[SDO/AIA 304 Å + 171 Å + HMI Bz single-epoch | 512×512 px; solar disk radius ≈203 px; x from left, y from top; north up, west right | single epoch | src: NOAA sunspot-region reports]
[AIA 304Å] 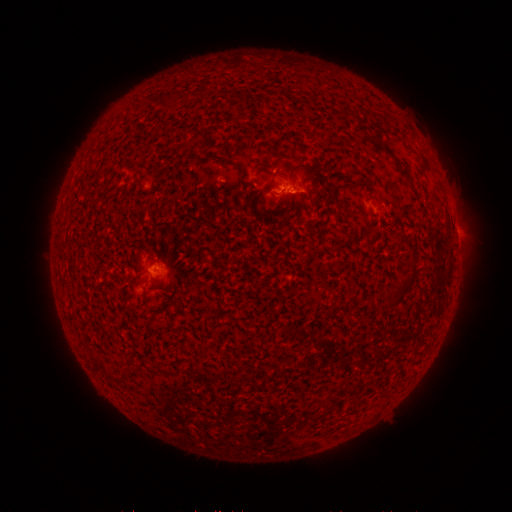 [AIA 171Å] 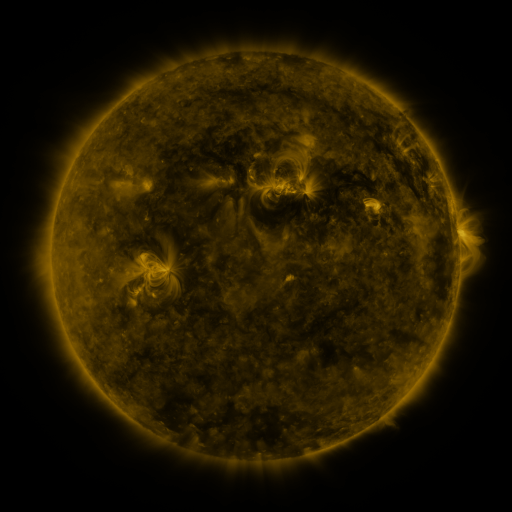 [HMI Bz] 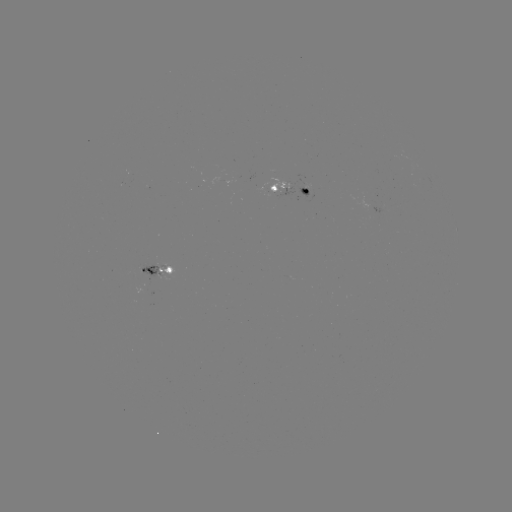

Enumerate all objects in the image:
spotted active region: (287, 191)
spotted active region: (456, 232)
spotted active region: (158, 270)
